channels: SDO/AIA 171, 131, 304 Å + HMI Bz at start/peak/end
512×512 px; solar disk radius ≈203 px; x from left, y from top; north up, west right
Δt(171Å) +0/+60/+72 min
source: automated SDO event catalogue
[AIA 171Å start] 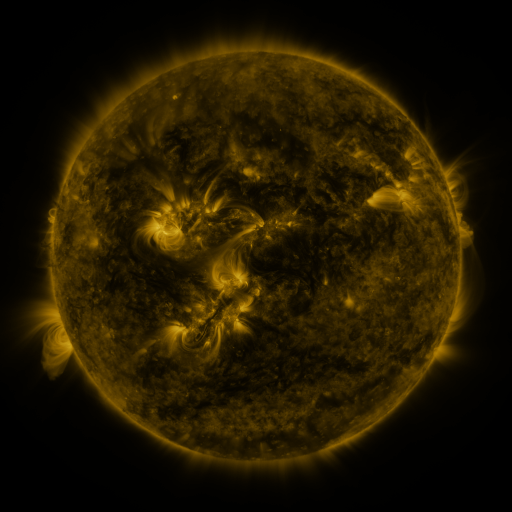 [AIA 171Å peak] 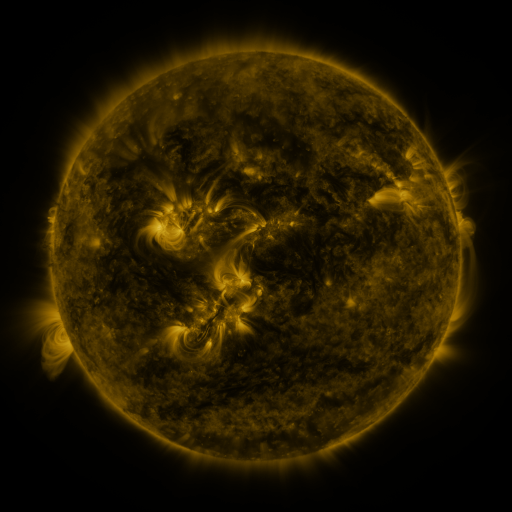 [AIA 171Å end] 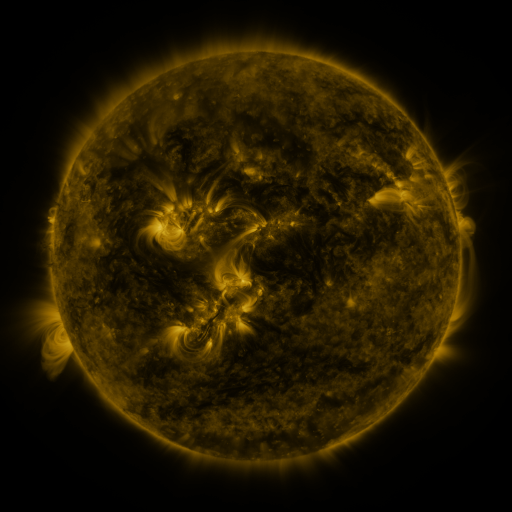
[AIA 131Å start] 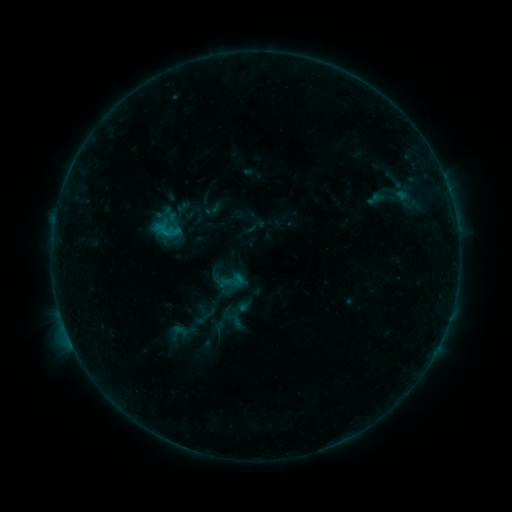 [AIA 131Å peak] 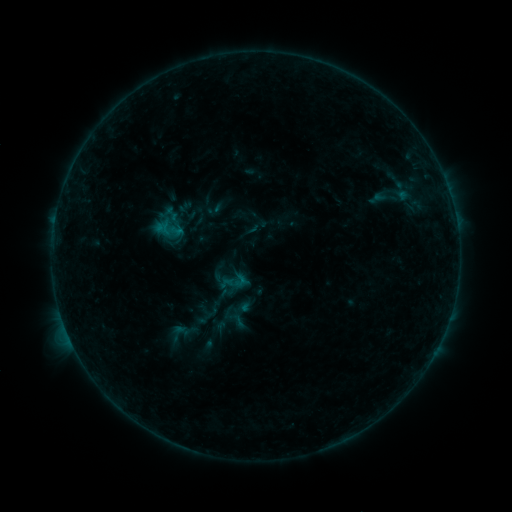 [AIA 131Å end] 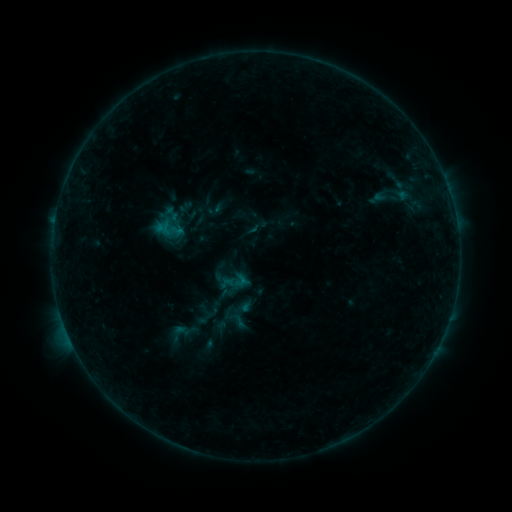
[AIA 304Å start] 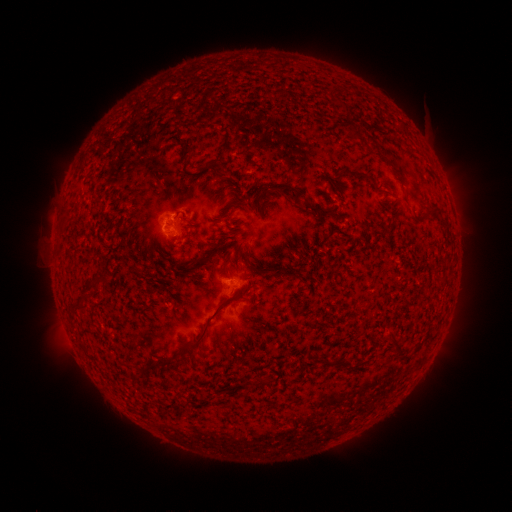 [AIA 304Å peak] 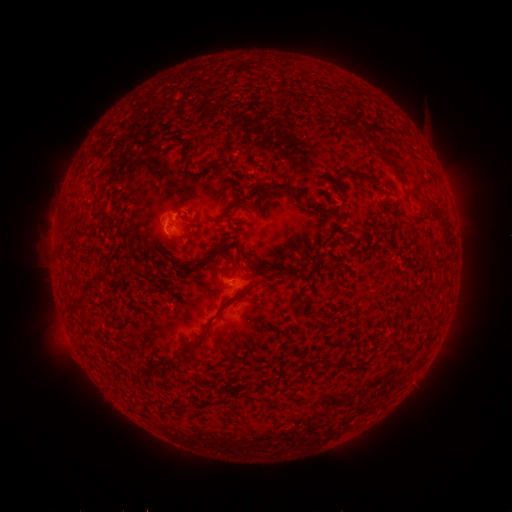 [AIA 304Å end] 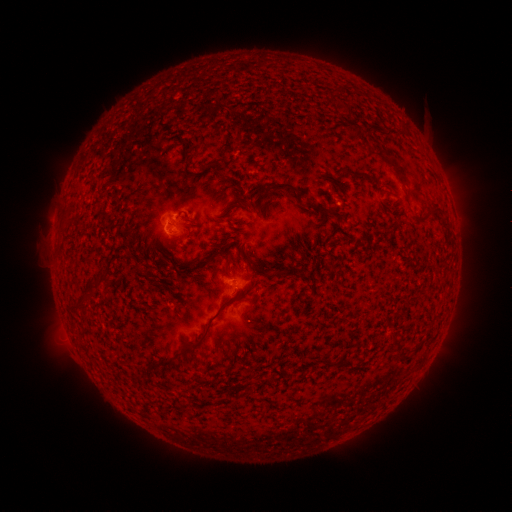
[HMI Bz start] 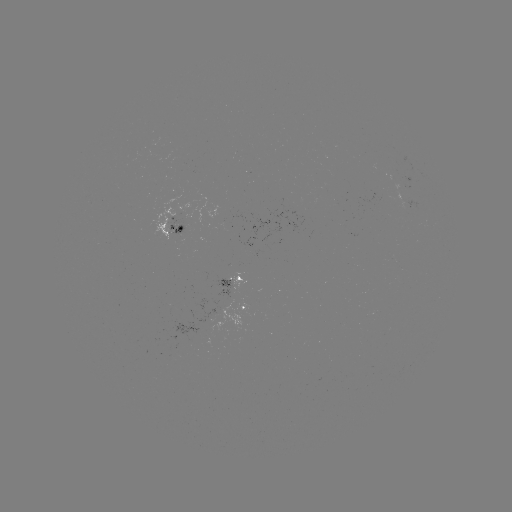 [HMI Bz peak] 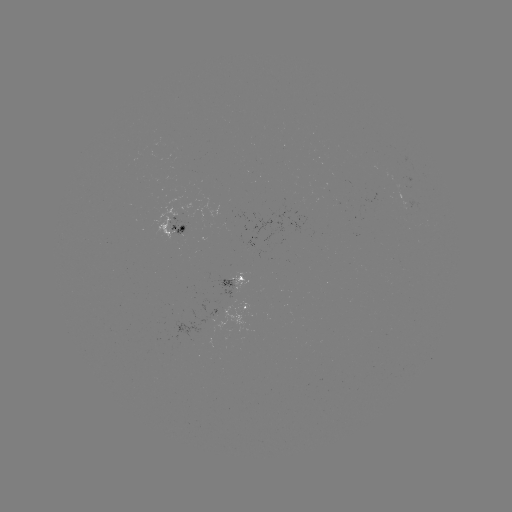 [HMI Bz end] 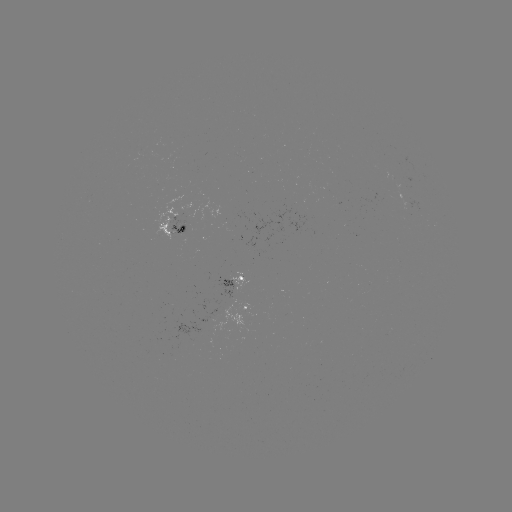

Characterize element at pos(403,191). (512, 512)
emerging-flux region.